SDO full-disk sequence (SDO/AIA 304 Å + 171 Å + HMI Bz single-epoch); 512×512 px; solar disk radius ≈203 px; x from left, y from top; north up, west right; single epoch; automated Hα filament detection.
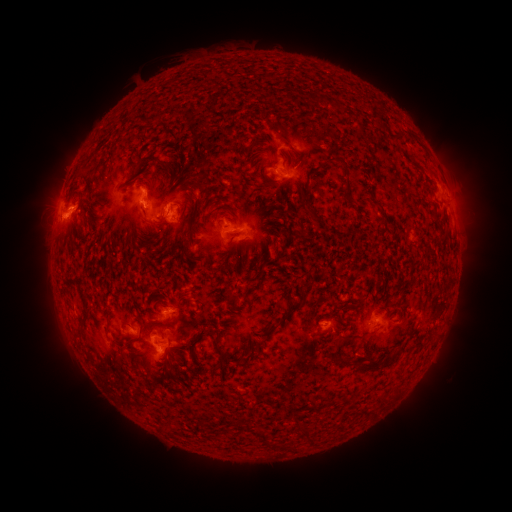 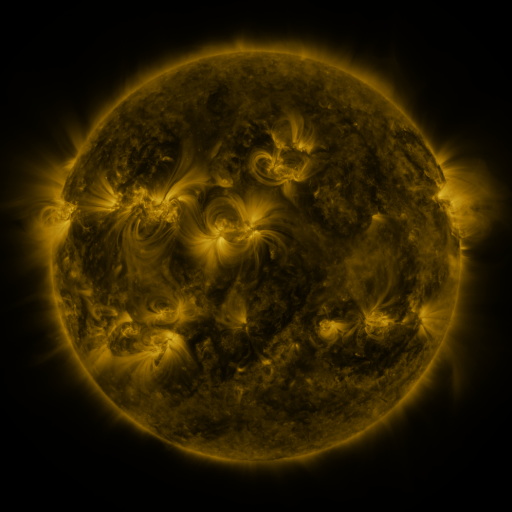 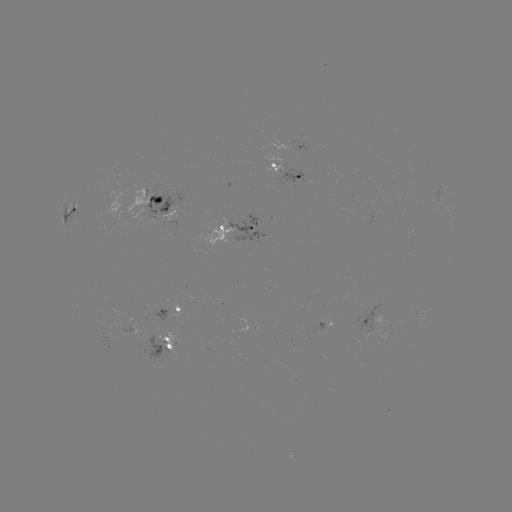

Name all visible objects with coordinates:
filament: (315, 103)
filament: (328, 104)
filament: (285, 141)
filament: (253, 144)
filament: (148, 160)
filament: (170, 163)
filament: (344, 163)
filament: (376, 201)
filament: (304, 286)
filament: (233, 297)
filament: (361, 300)
filament: (289, 313)
filament: (84, 323)
filament: (162, 325)
filament: (140, 338)
filament: (201, 340)
filament: (220, 340)
filament: (262, 343)
filament: (338, 344)
filament: (222, 357)
filament: (169, 363)
filament: (361, 365)
filament: (385, 397)
filament: (354, 401)
filament: (245, 426)
filament: (307, 431)
filament: (265, 436)
